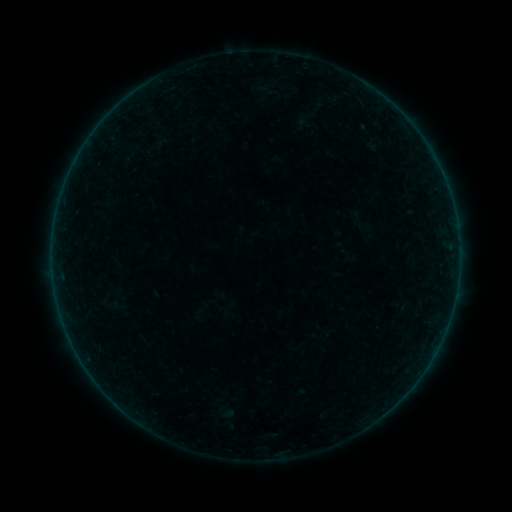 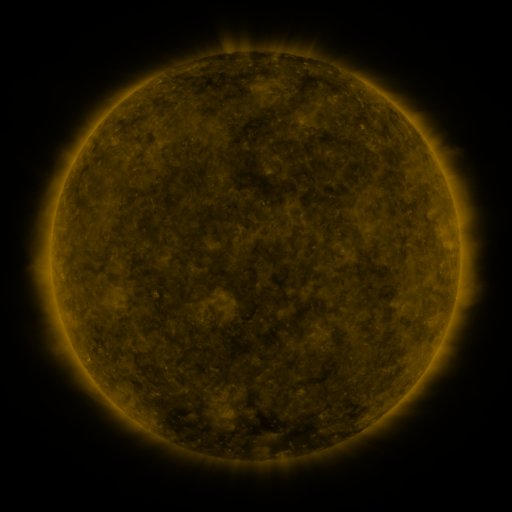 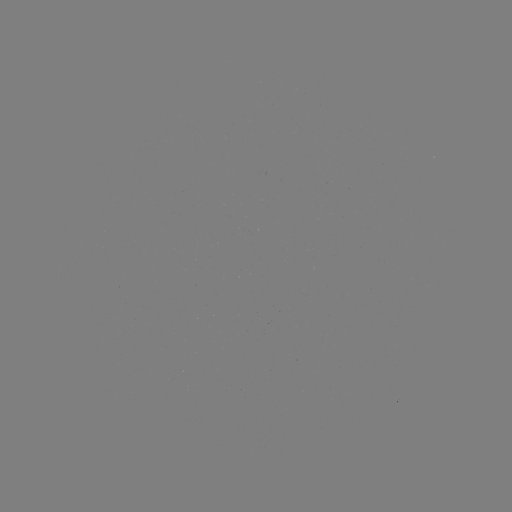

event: sigmoid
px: (161, 143)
